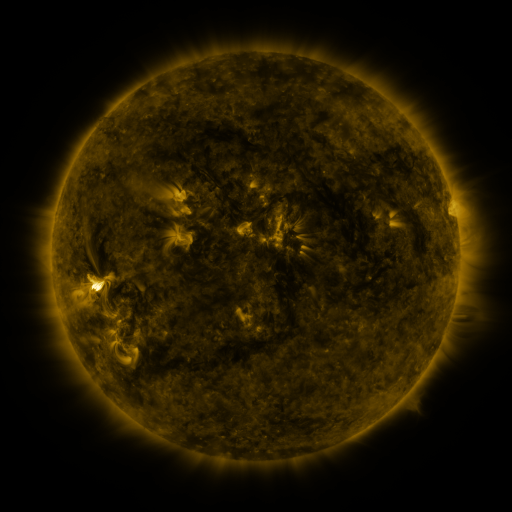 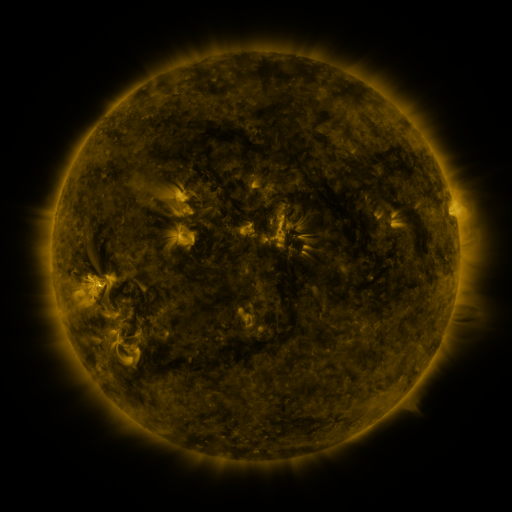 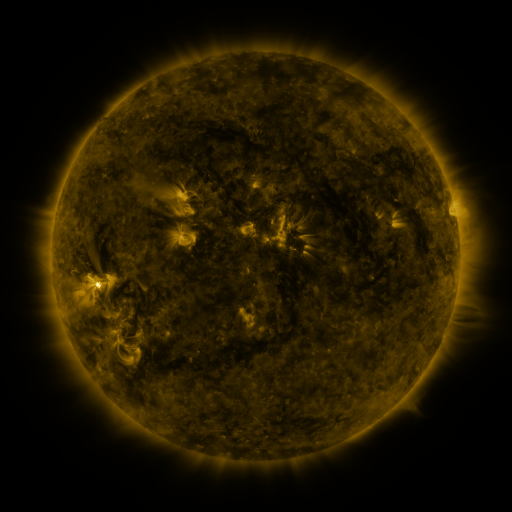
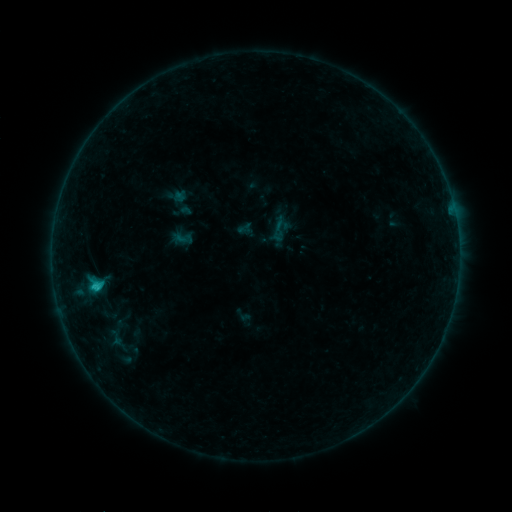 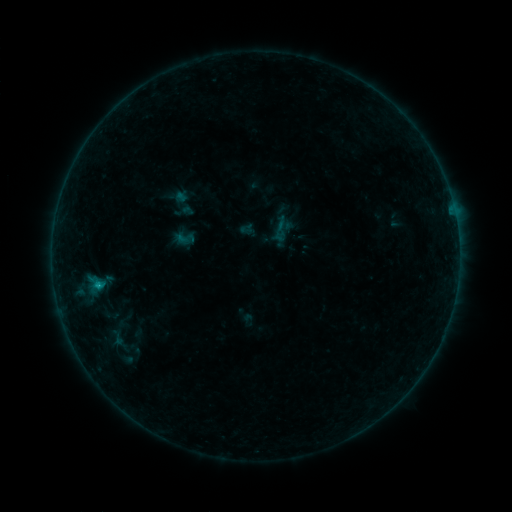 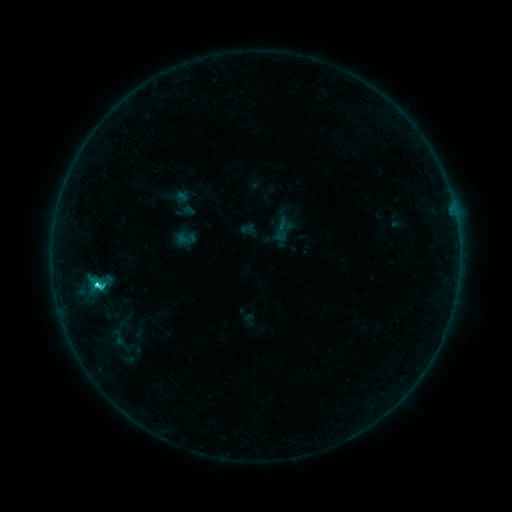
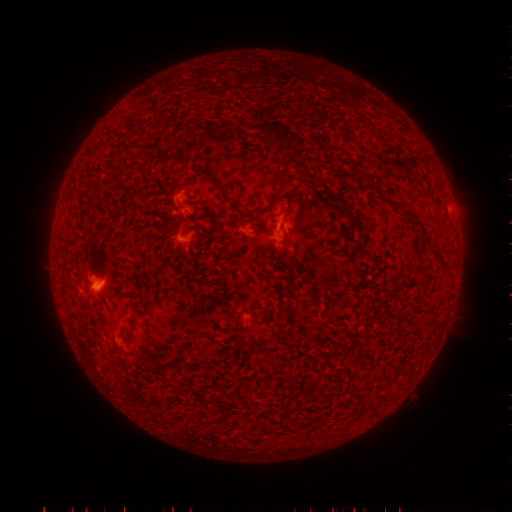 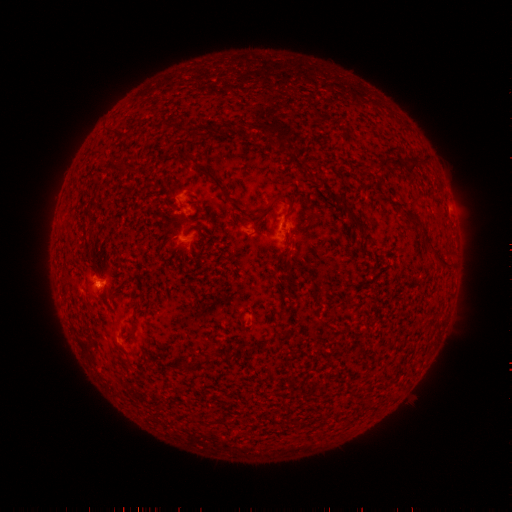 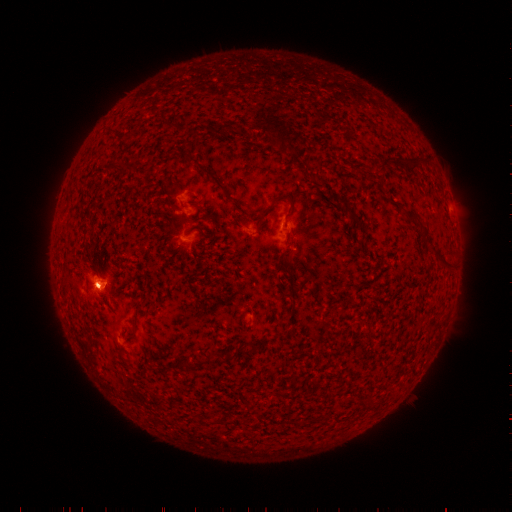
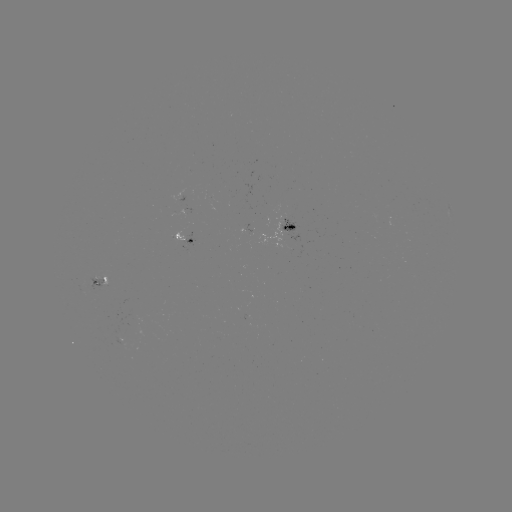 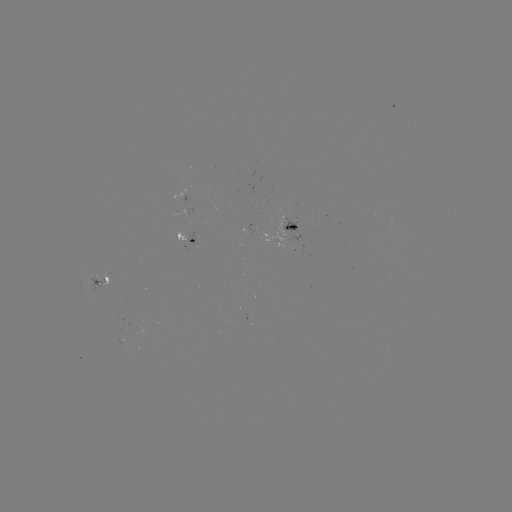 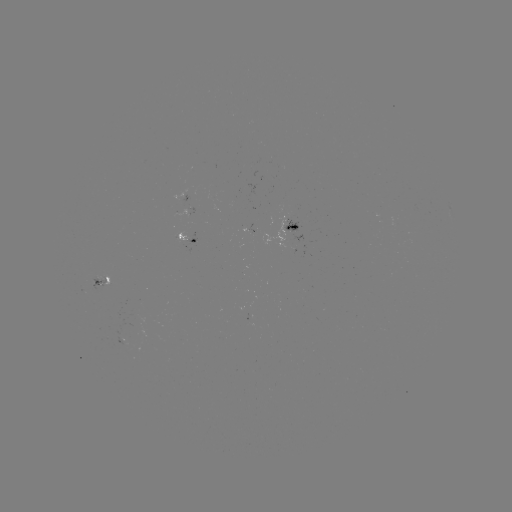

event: emerging-flux region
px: (136, 321)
